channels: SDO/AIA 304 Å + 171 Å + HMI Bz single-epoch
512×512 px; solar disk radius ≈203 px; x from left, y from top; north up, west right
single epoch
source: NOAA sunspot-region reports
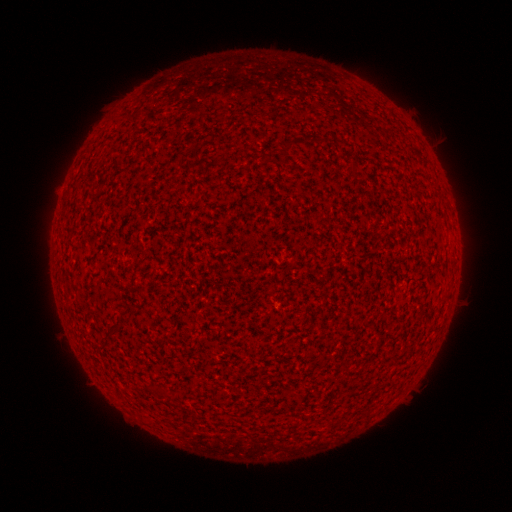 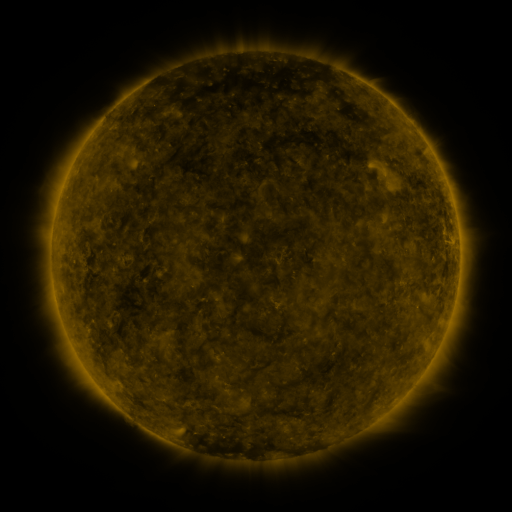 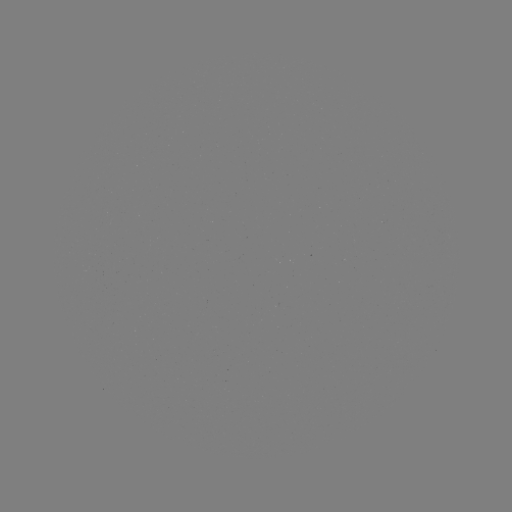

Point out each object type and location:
(none)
